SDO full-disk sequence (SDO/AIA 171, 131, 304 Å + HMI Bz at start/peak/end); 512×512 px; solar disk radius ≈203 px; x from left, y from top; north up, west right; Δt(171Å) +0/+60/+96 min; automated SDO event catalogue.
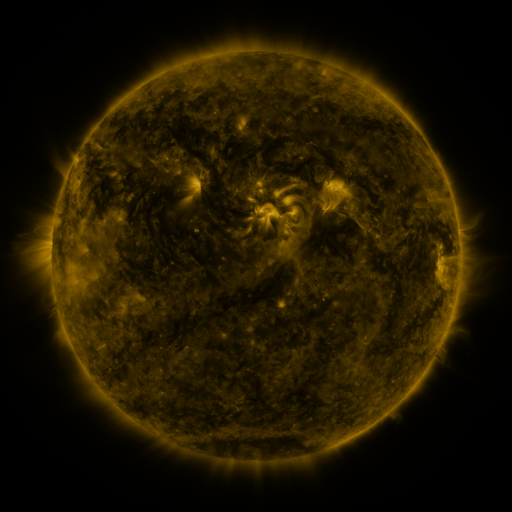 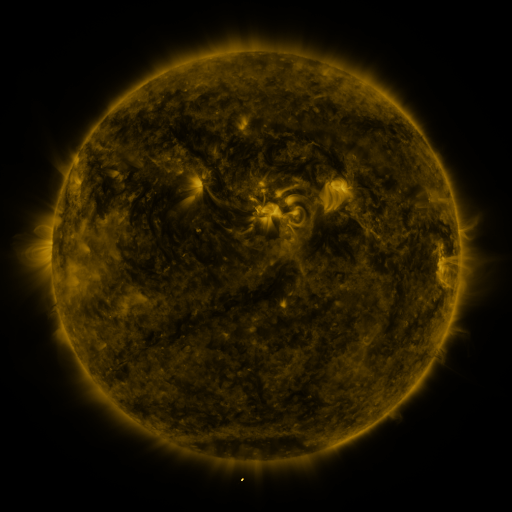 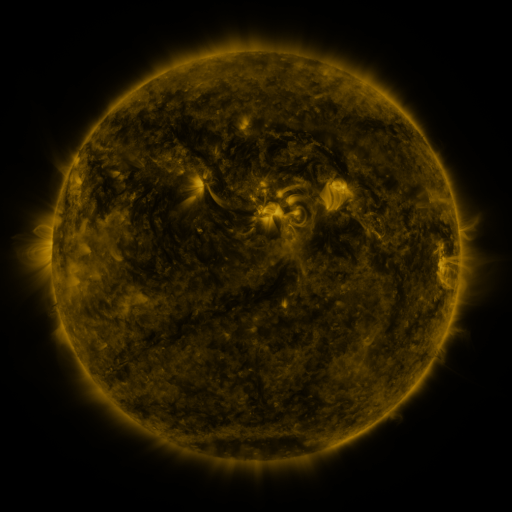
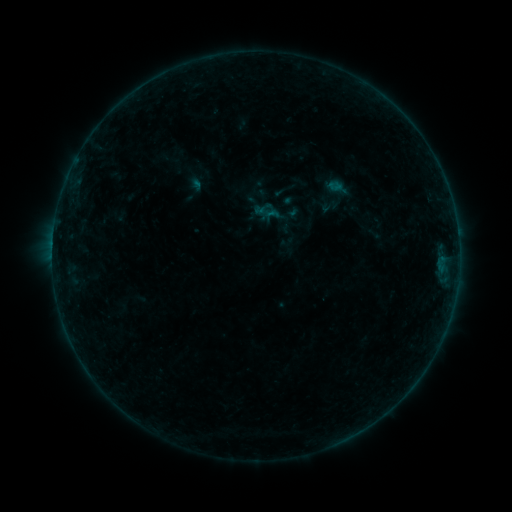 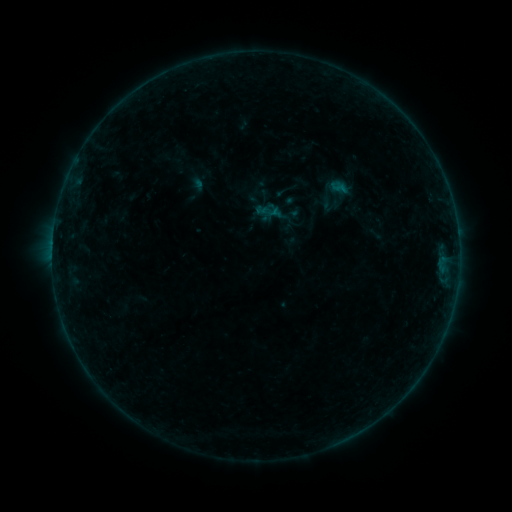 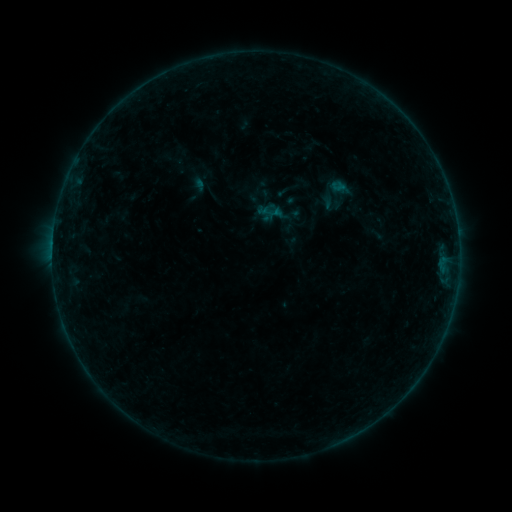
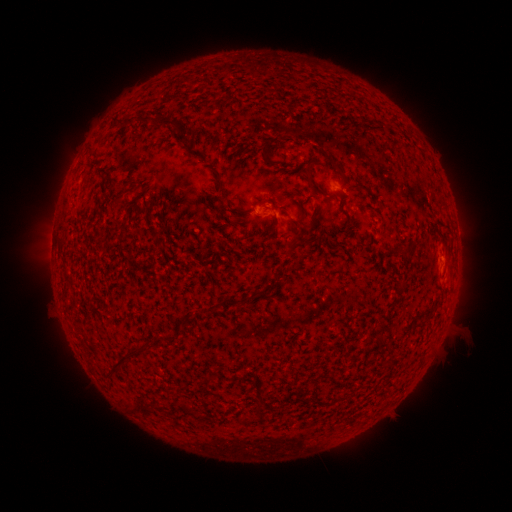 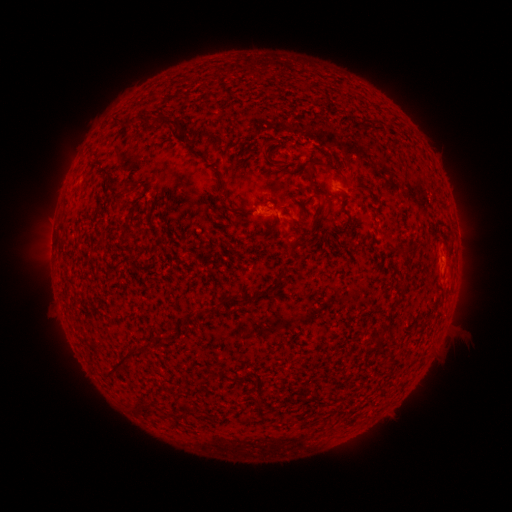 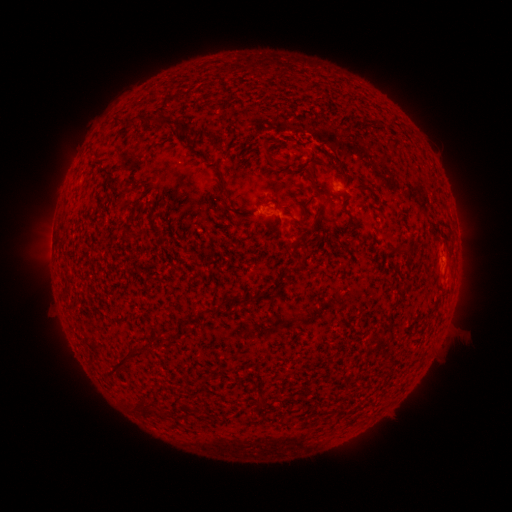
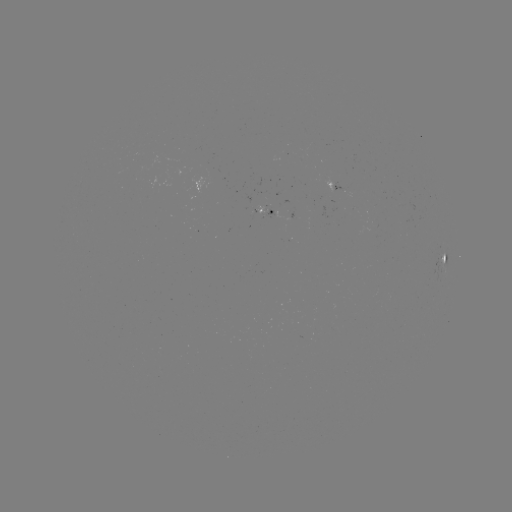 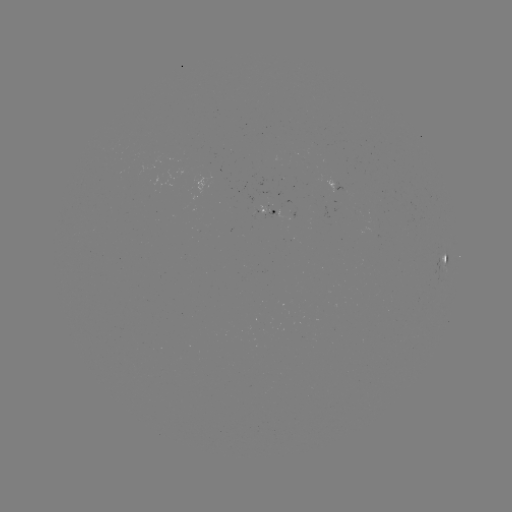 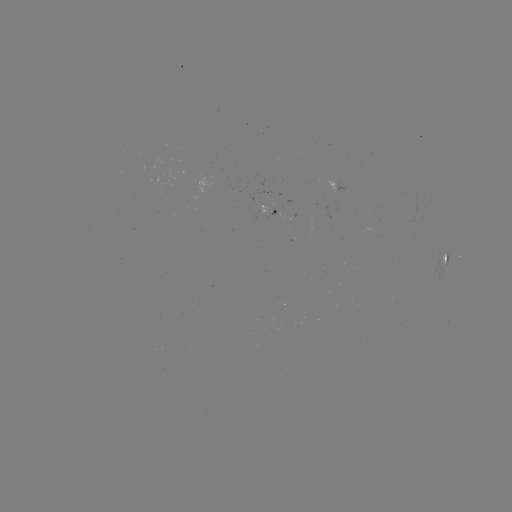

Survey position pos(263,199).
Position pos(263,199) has emerging-flux region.